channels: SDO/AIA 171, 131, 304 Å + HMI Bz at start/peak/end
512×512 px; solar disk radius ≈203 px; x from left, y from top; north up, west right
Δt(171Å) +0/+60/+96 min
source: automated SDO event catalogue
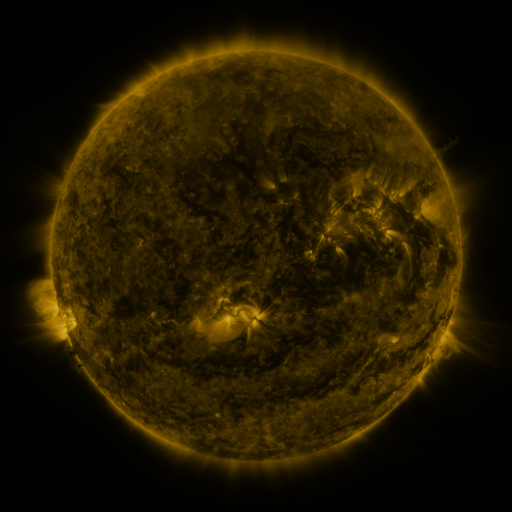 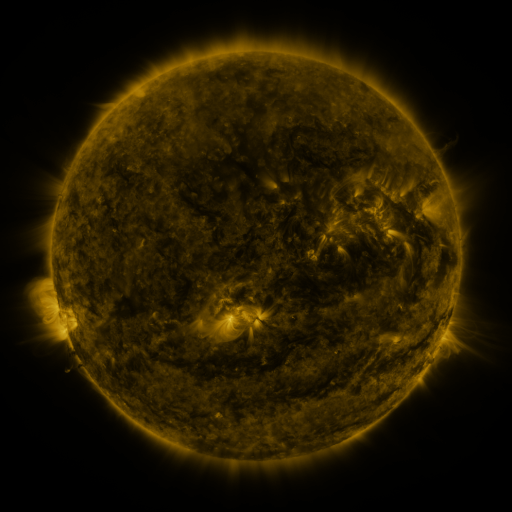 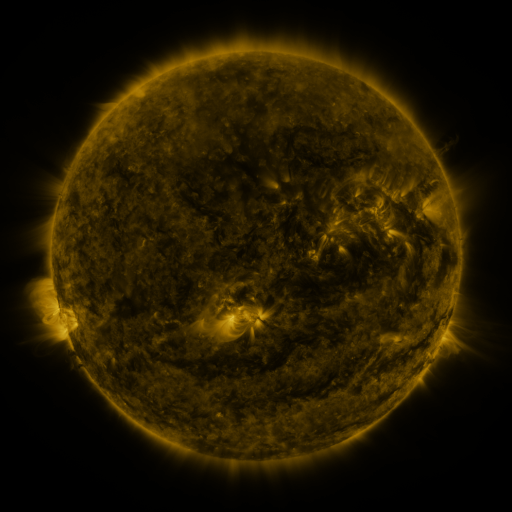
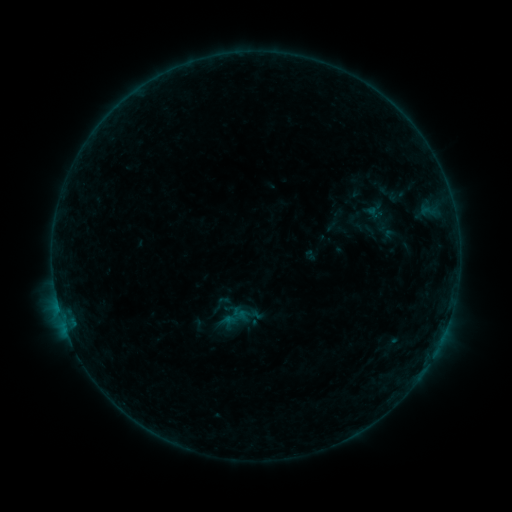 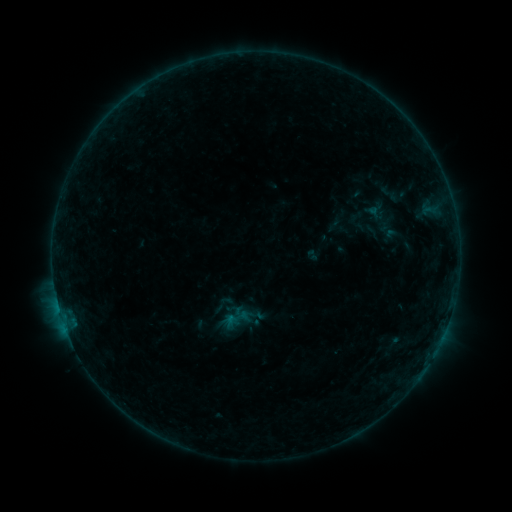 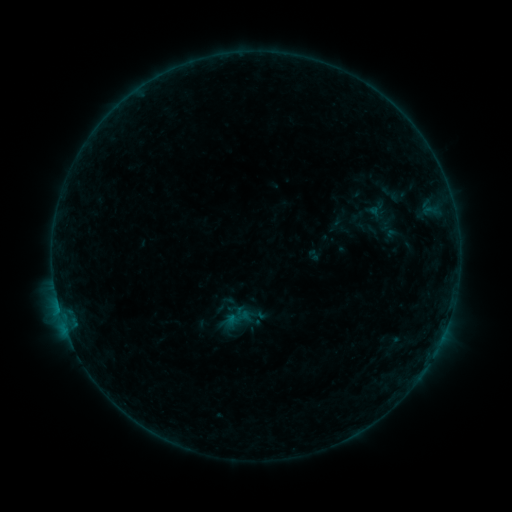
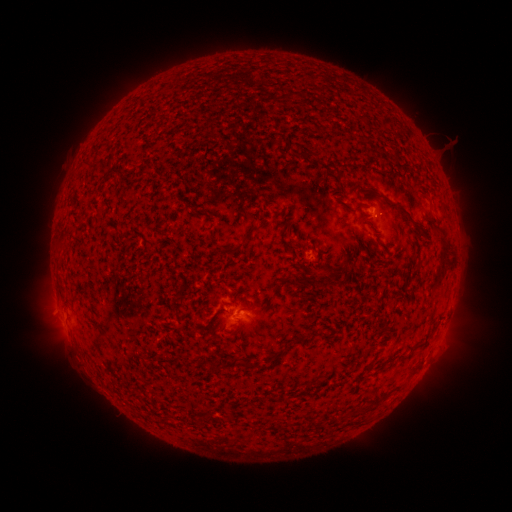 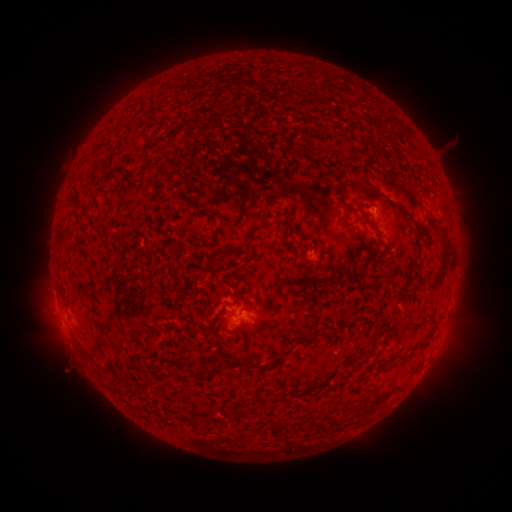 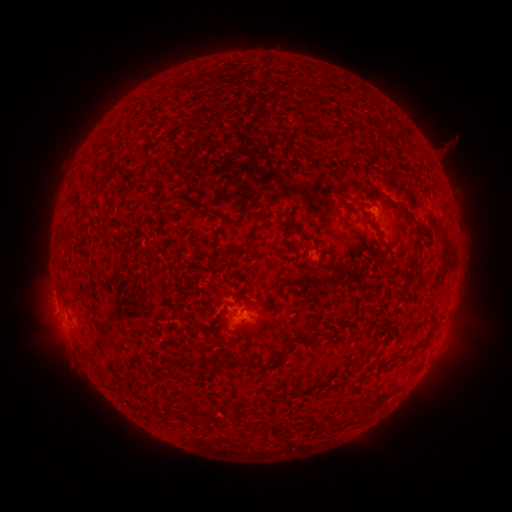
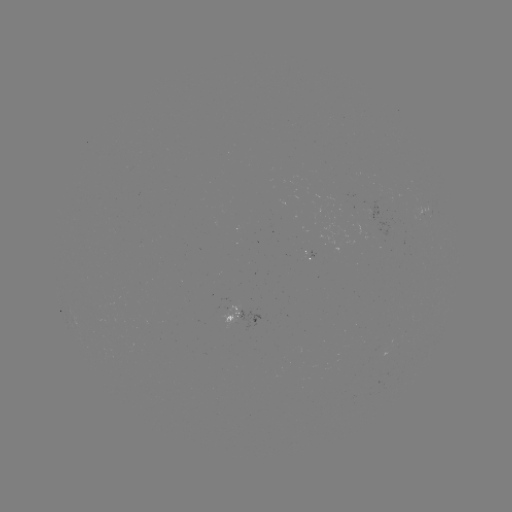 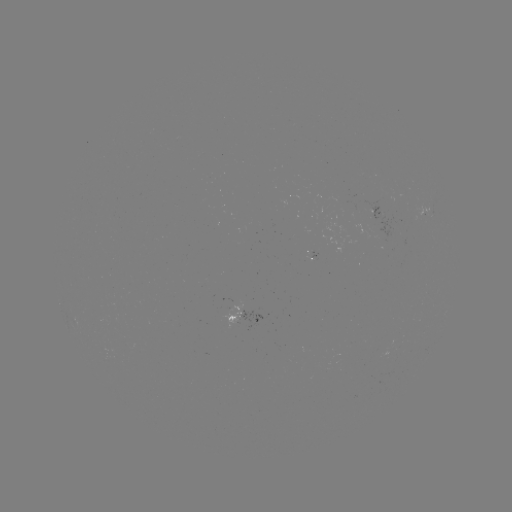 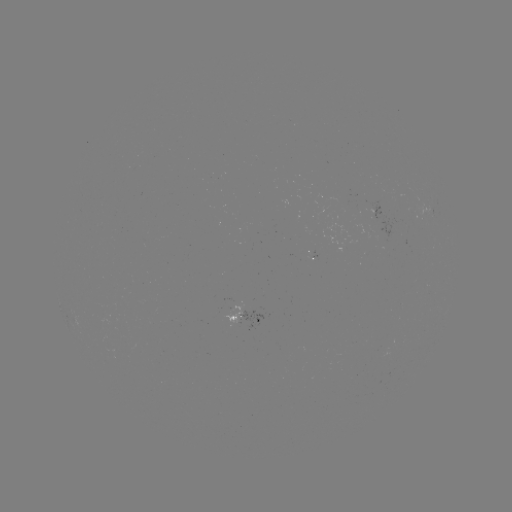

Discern emerging-flux region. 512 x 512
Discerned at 252,319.